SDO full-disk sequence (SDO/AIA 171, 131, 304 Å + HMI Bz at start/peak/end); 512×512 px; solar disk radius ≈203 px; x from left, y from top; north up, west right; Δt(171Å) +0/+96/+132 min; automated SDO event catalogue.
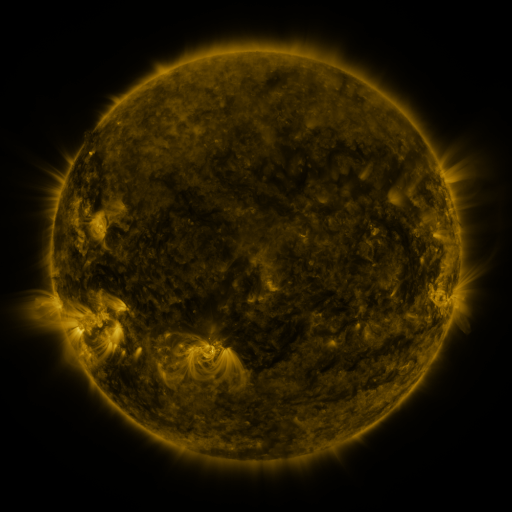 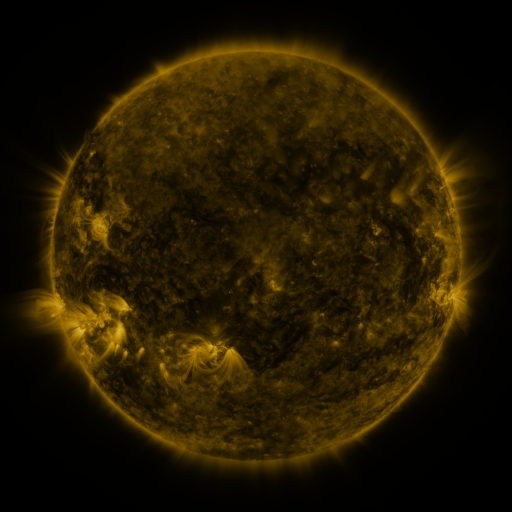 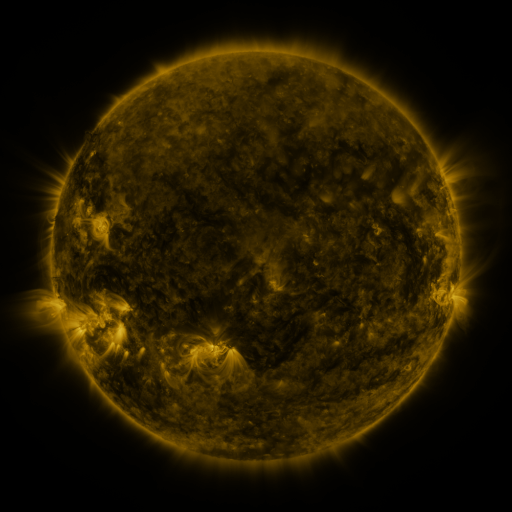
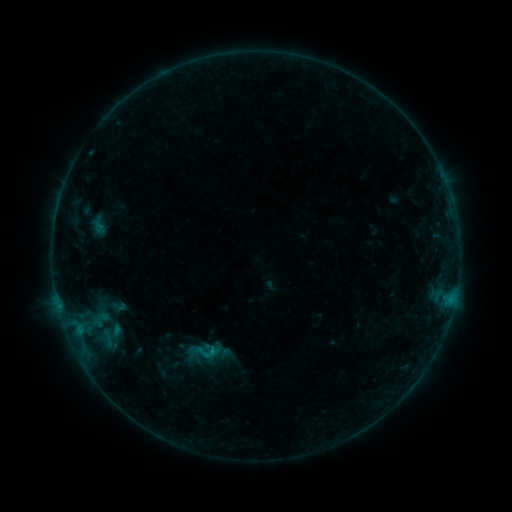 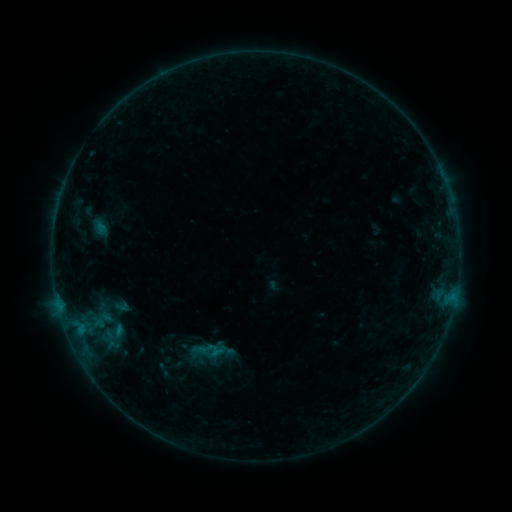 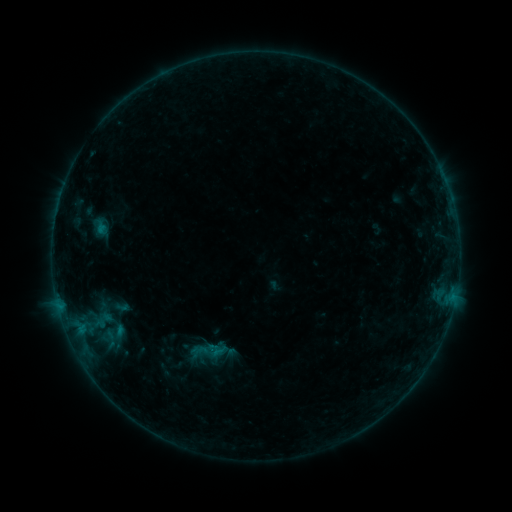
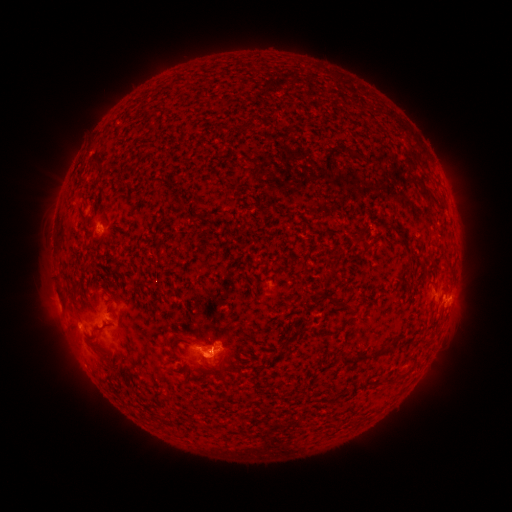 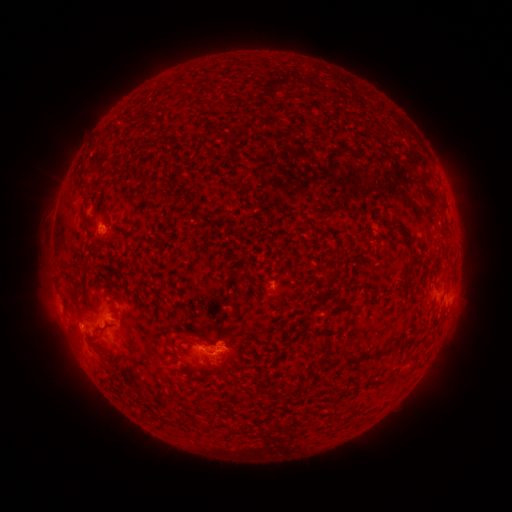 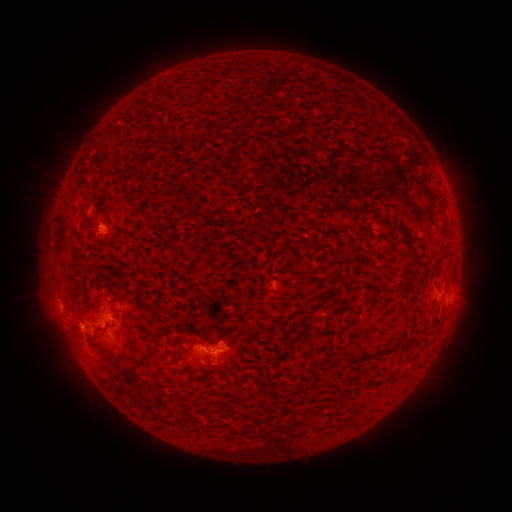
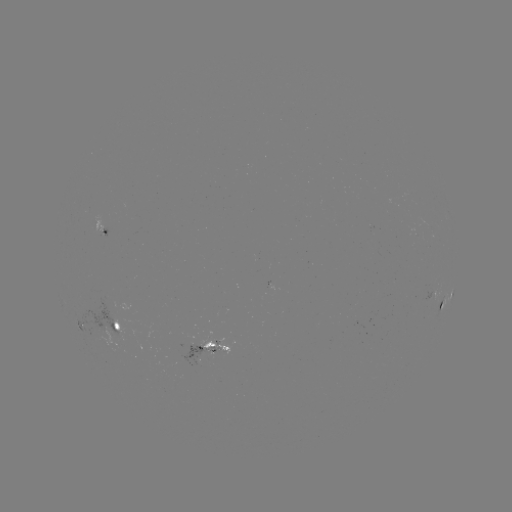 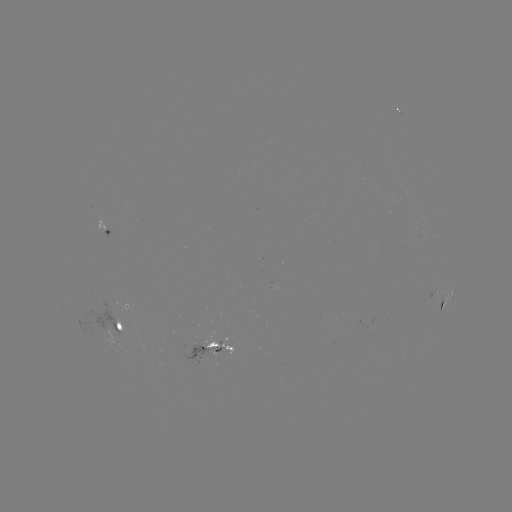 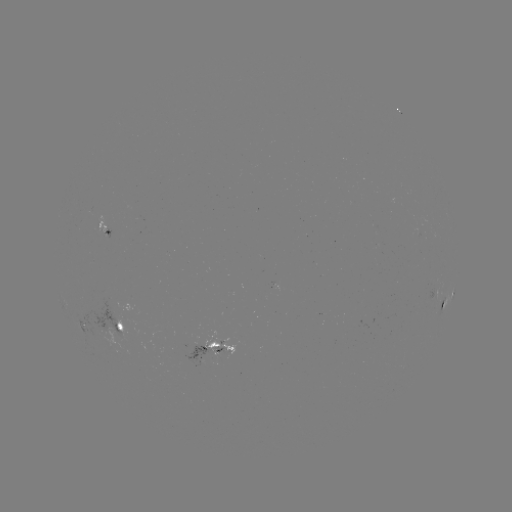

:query emerging-flux region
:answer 99,225